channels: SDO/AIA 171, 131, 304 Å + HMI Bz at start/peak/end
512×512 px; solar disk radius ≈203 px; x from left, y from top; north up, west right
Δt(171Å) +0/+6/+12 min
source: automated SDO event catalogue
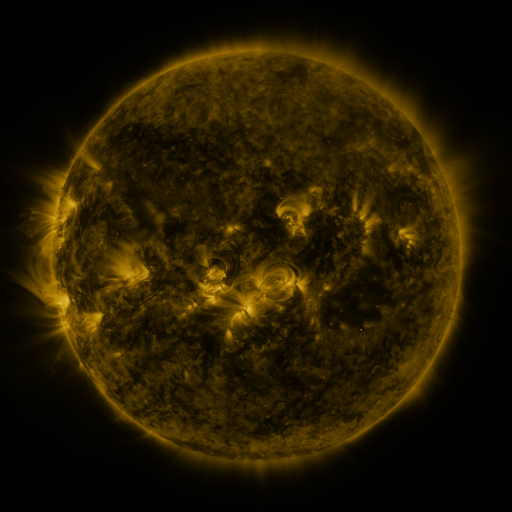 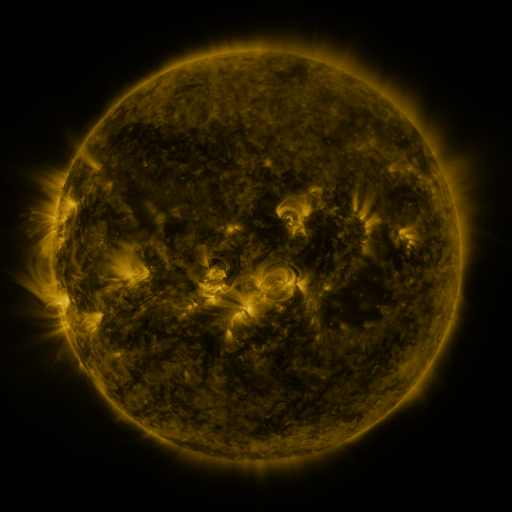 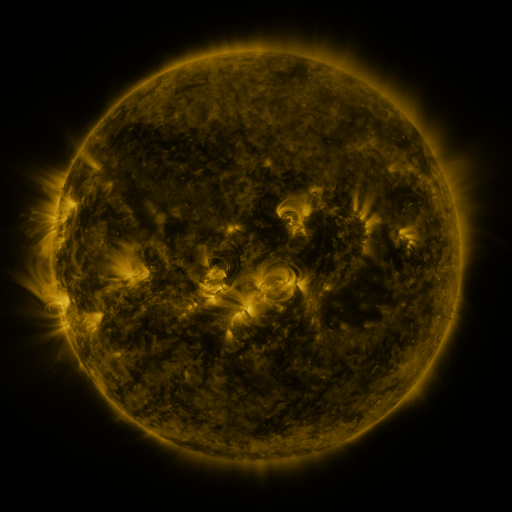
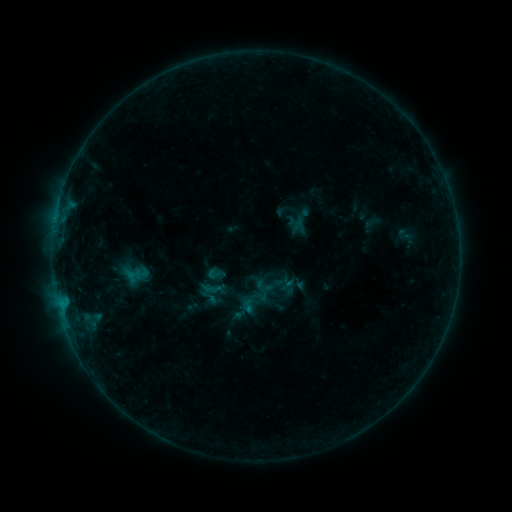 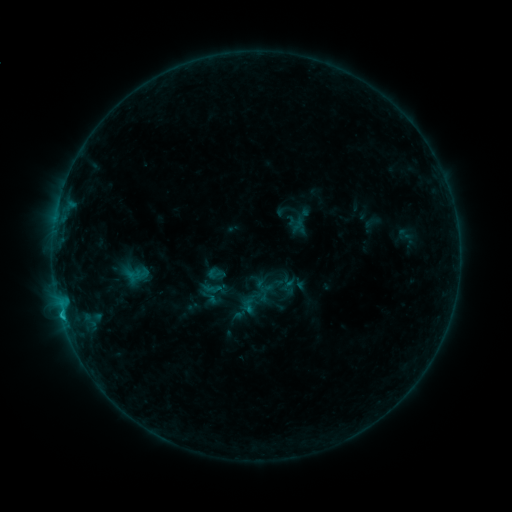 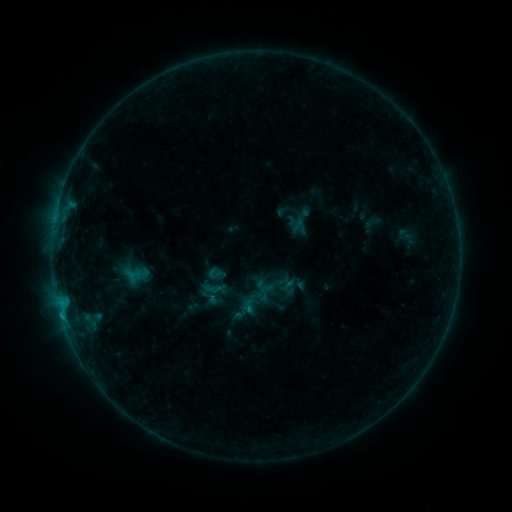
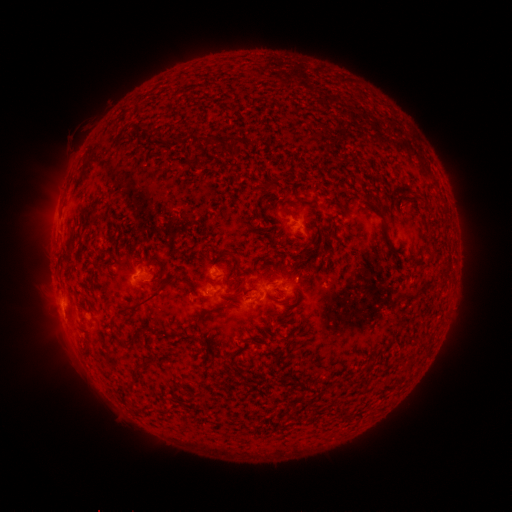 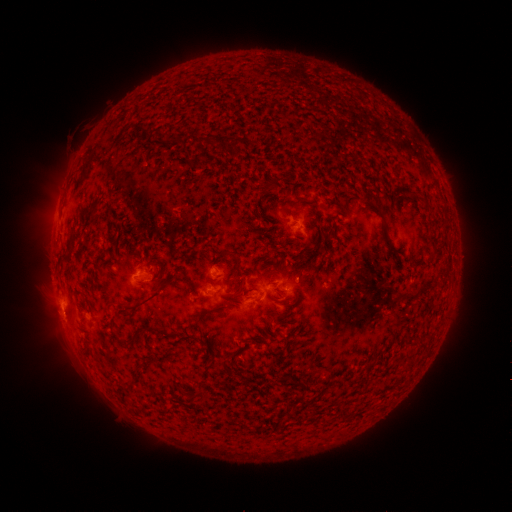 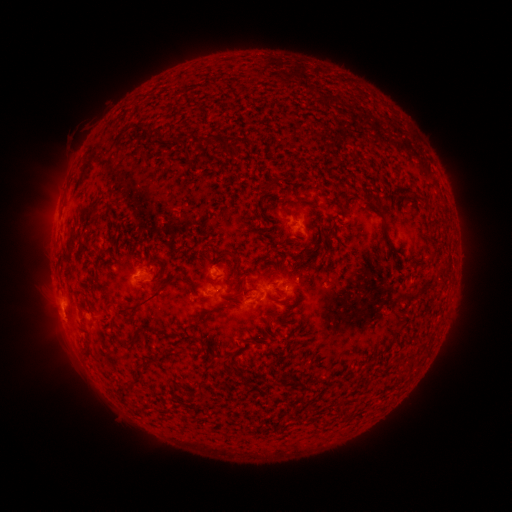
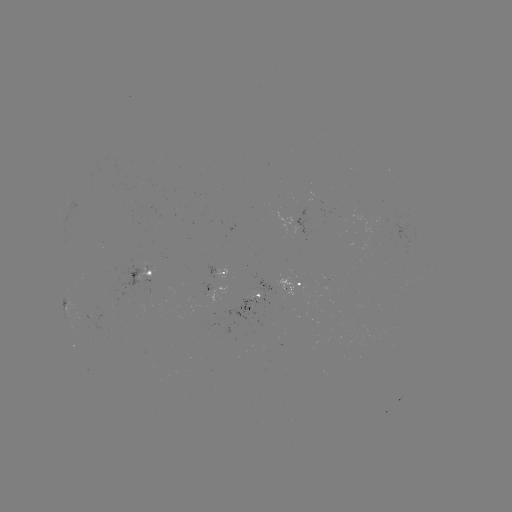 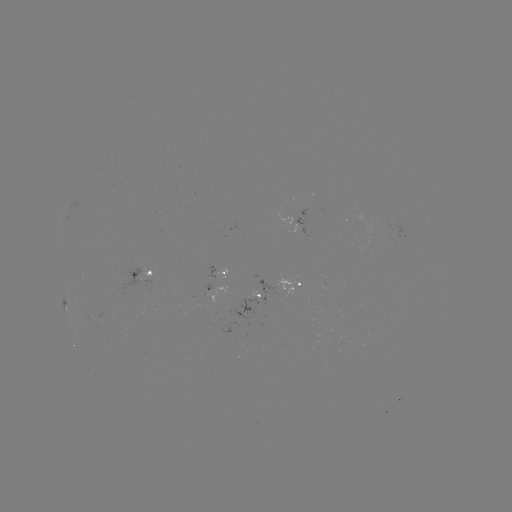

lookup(B6.9 flare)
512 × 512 (63, 315)